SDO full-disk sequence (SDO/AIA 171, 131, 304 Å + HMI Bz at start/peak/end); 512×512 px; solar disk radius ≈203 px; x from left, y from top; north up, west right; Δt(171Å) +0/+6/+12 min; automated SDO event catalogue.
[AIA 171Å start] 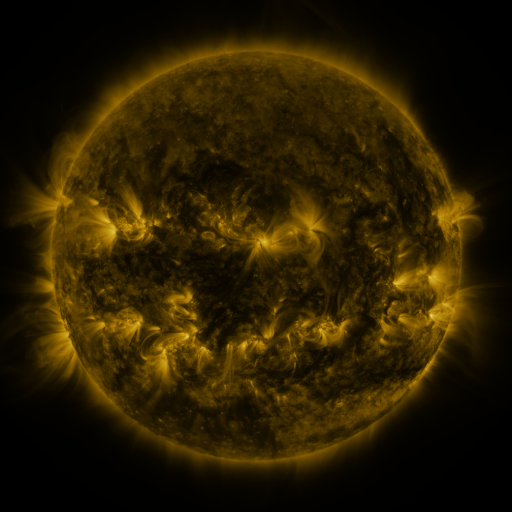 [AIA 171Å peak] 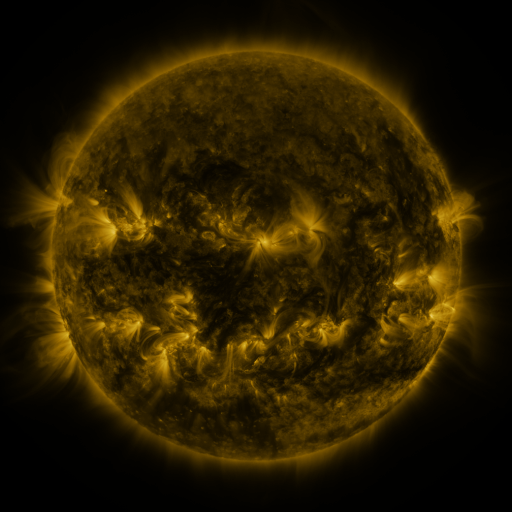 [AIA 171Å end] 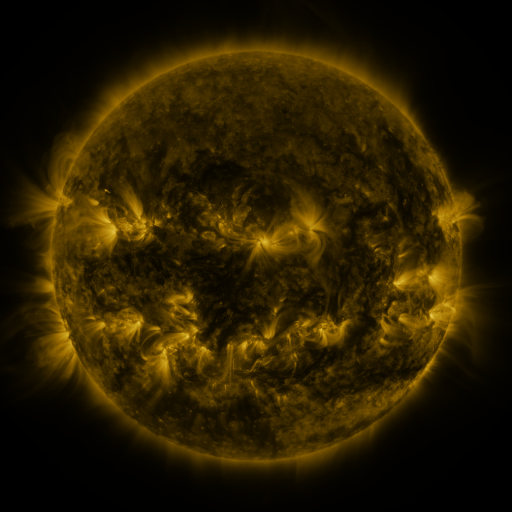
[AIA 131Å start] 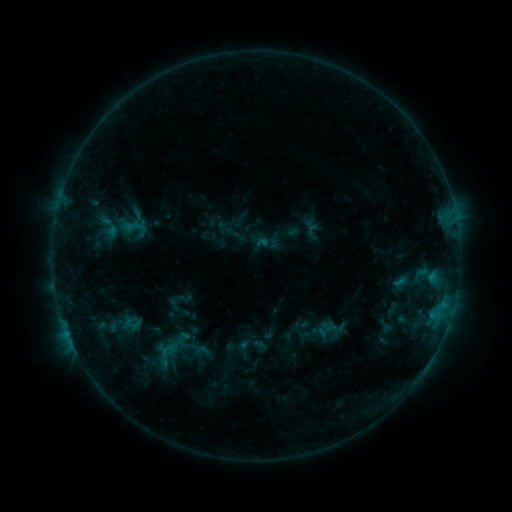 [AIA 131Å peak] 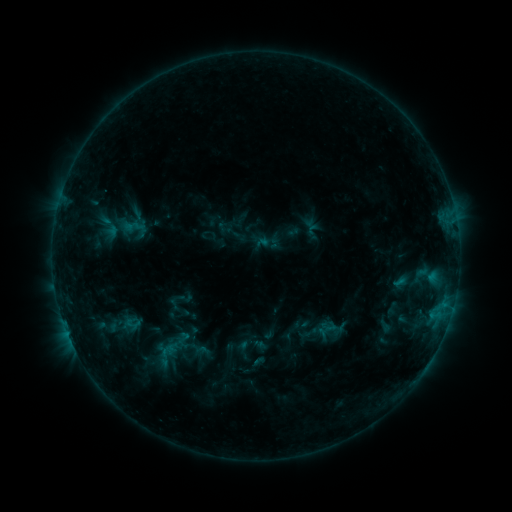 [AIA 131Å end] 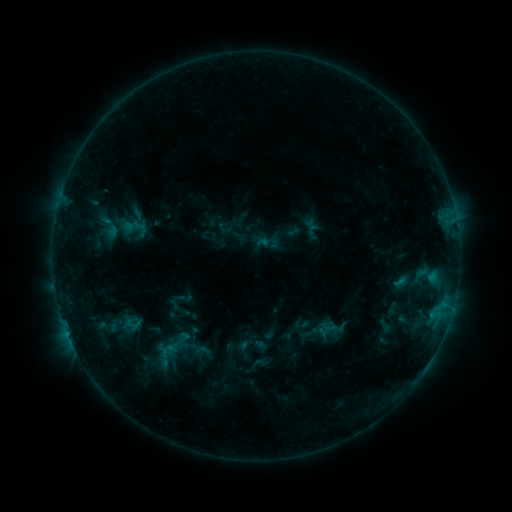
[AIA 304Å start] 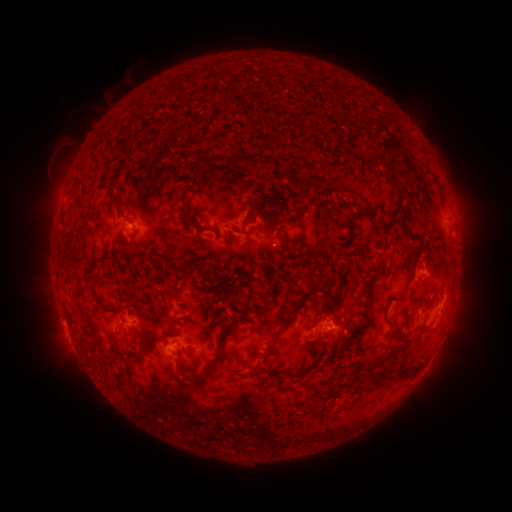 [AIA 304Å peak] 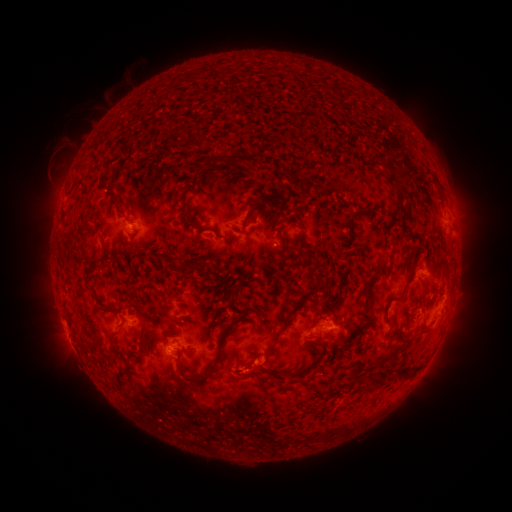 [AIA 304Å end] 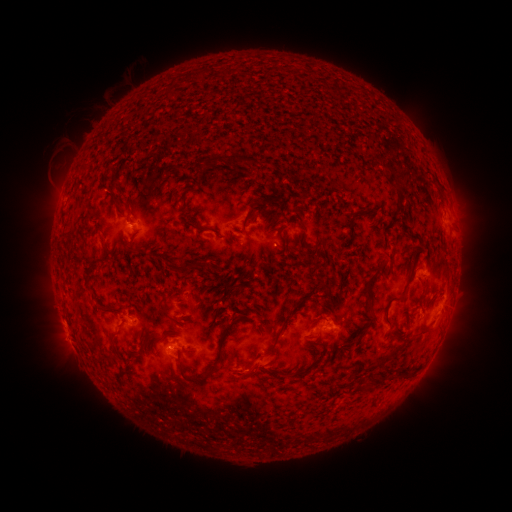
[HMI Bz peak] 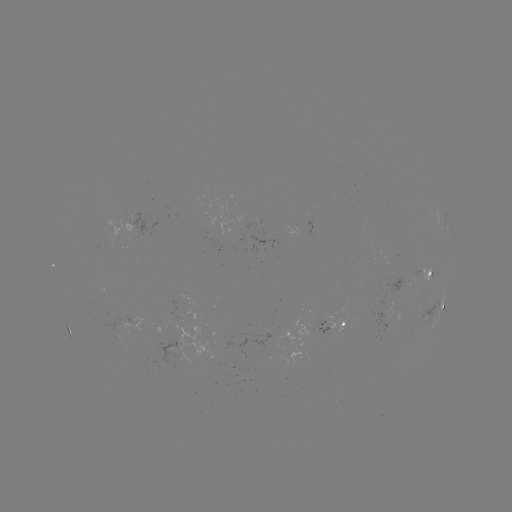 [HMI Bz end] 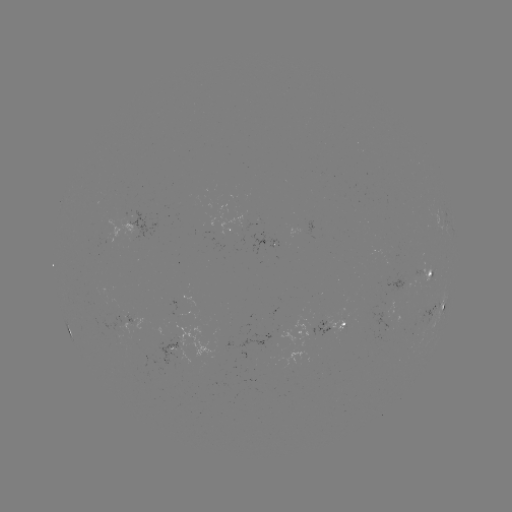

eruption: <bbox>246, 344, 288, 387</bbox>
